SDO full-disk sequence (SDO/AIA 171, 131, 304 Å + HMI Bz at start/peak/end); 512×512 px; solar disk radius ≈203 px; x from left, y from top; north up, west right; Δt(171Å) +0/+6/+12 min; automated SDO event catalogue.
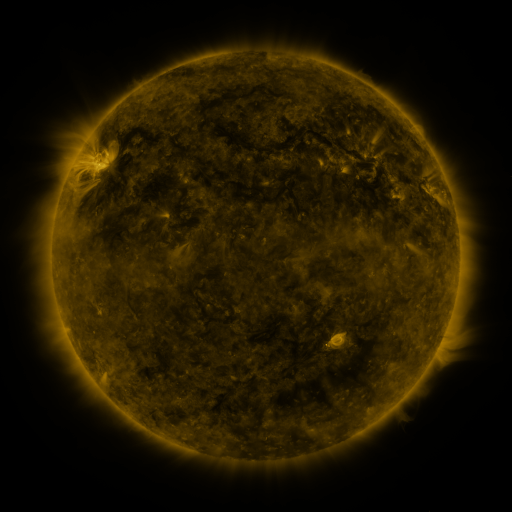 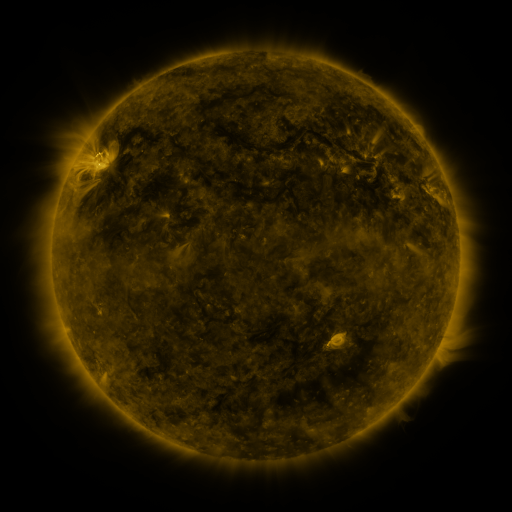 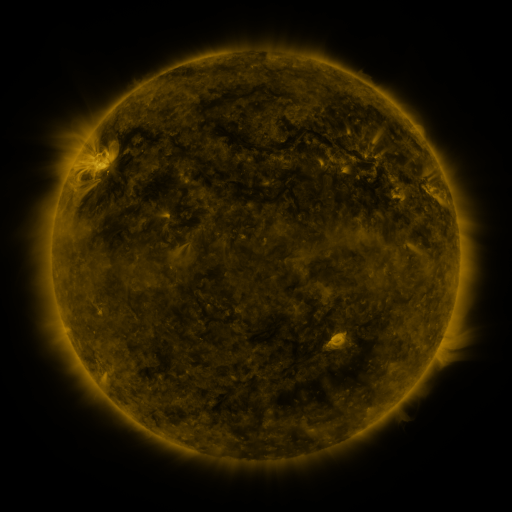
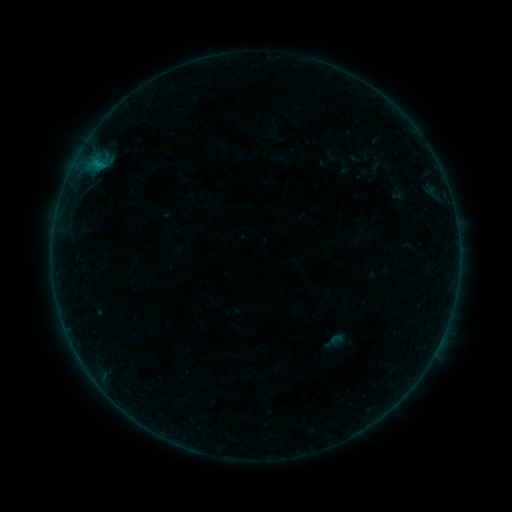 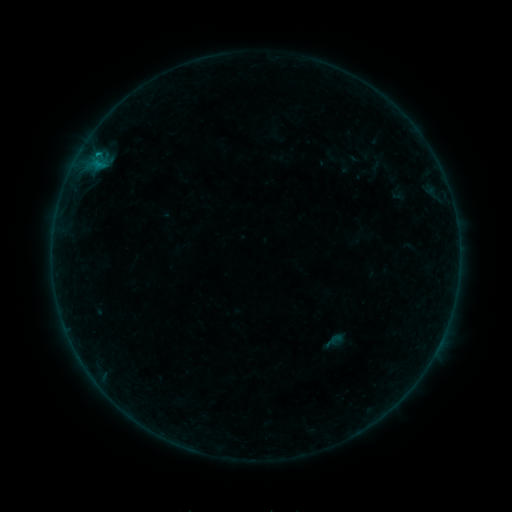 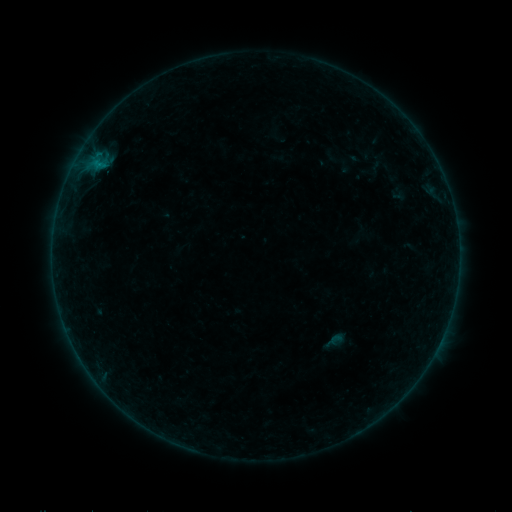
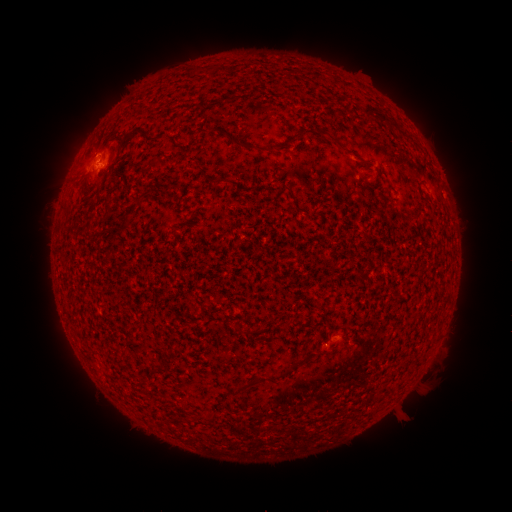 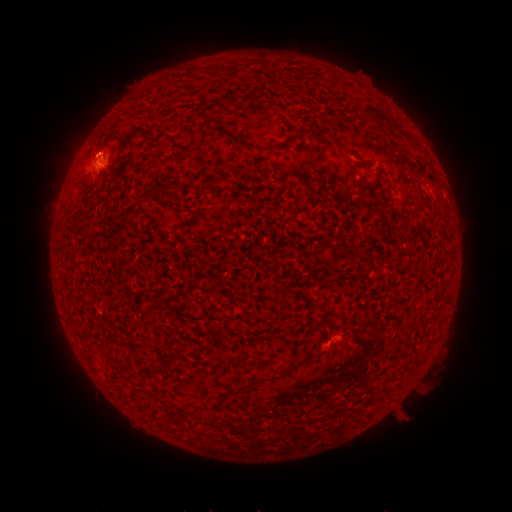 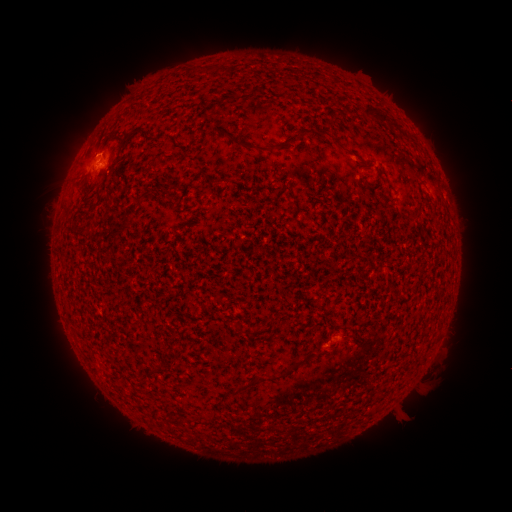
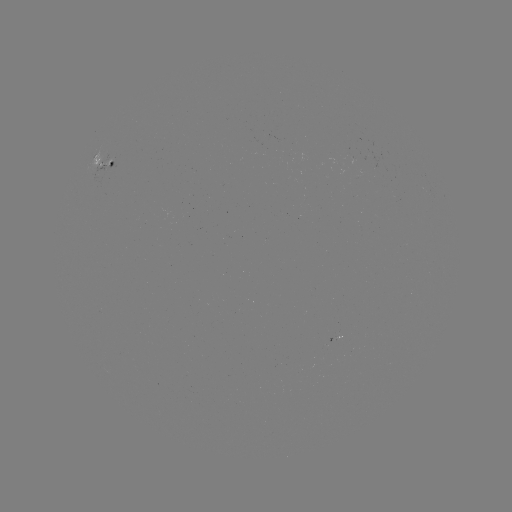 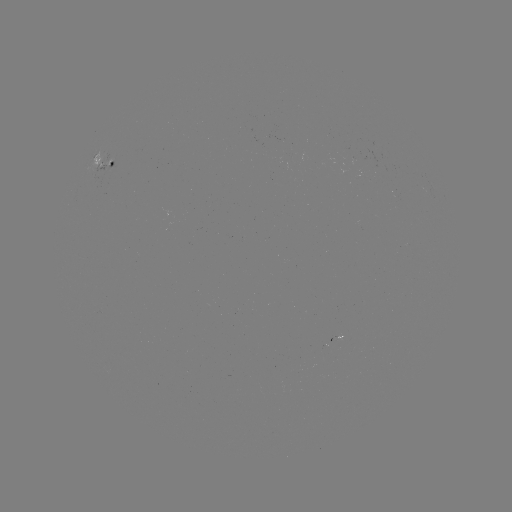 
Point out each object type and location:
B2.6 flare: (98, 165)
